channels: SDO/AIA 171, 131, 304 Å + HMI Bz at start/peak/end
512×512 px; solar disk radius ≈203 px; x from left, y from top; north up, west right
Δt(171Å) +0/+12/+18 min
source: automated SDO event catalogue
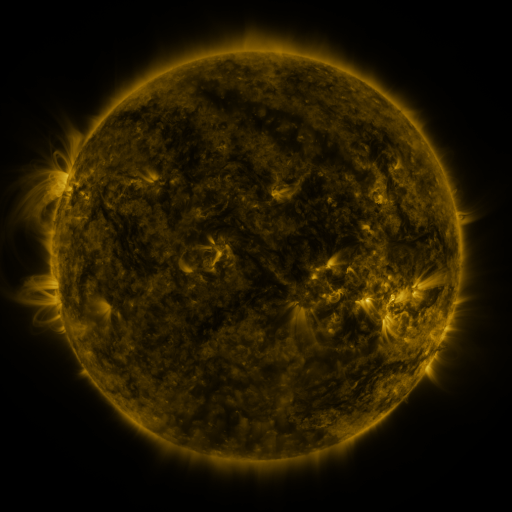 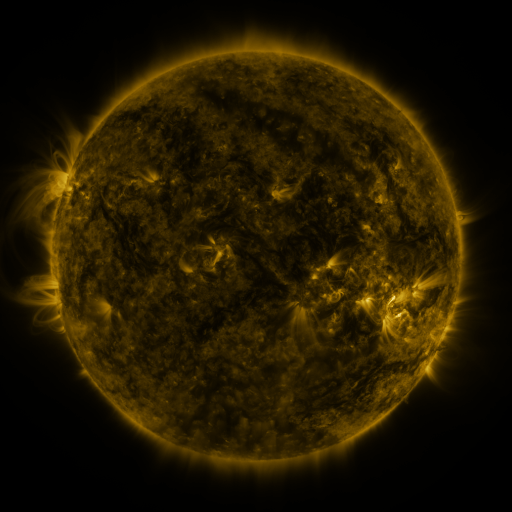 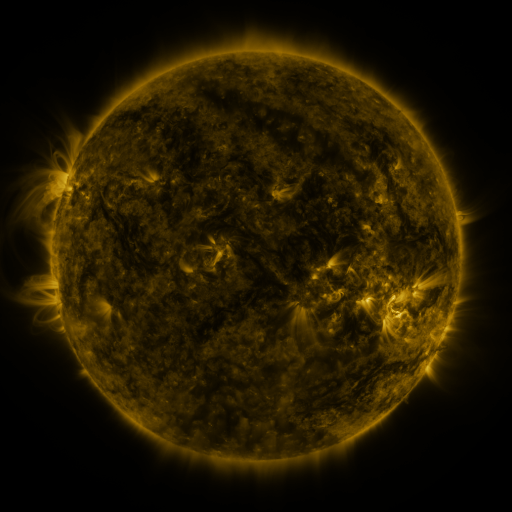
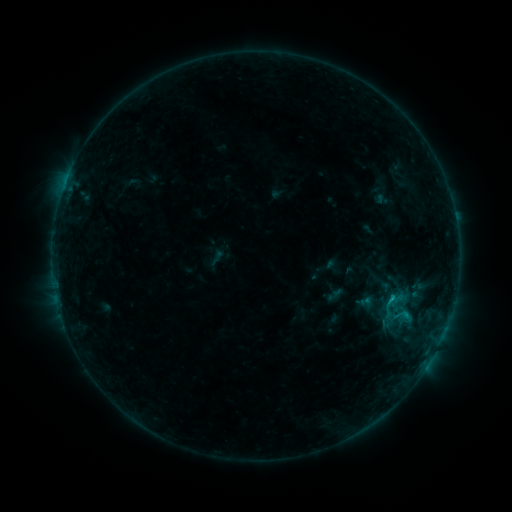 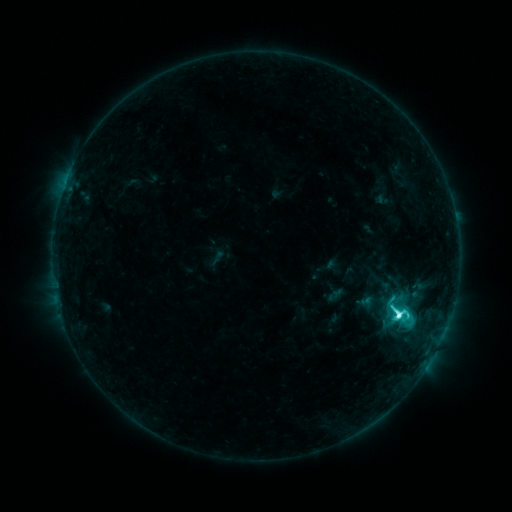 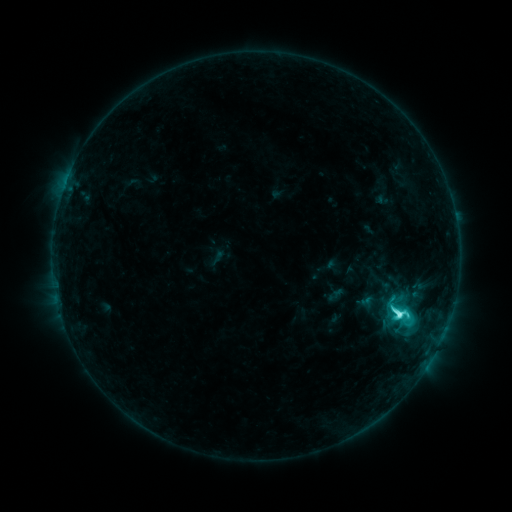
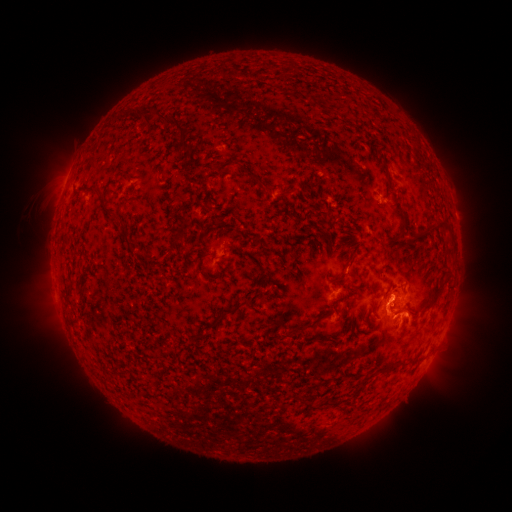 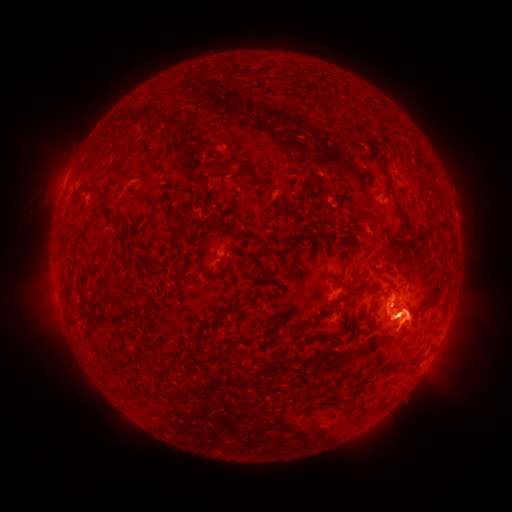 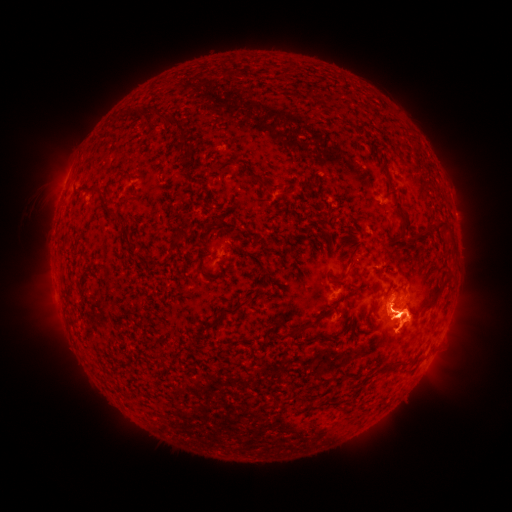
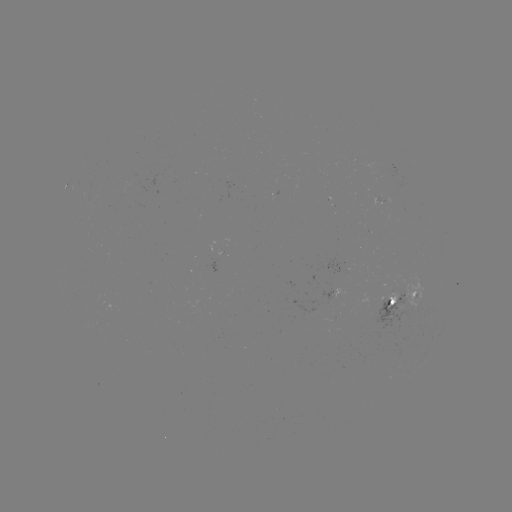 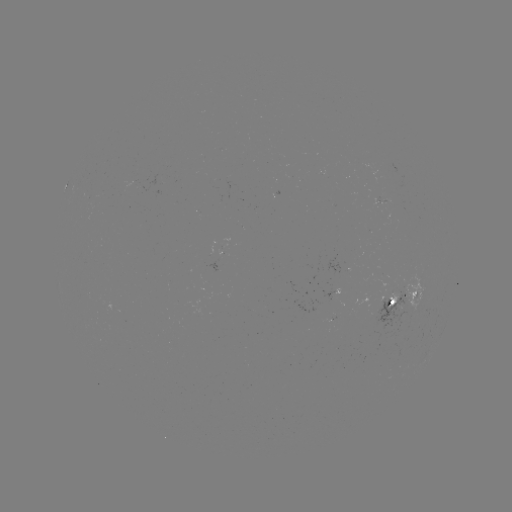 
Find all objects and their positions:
C8.1 flare: (397, 312)
